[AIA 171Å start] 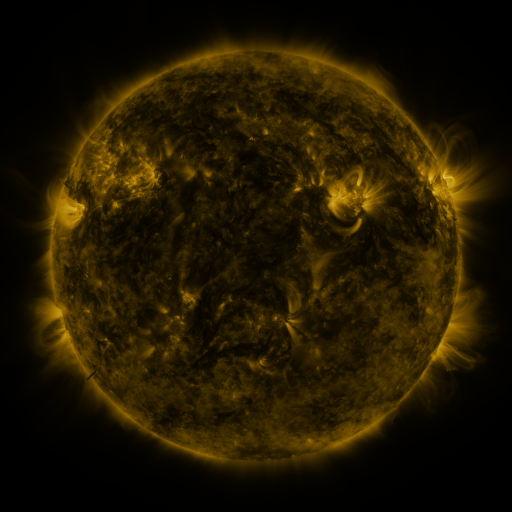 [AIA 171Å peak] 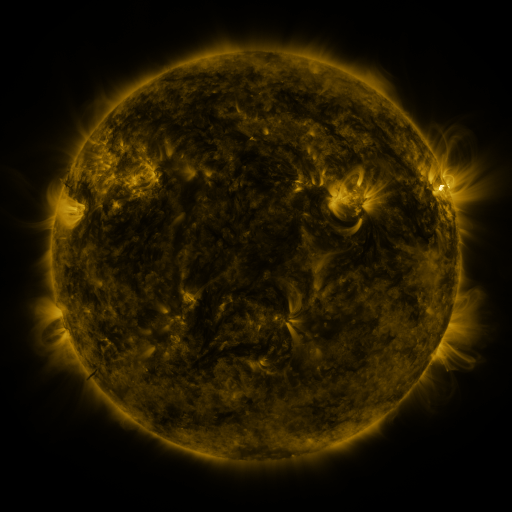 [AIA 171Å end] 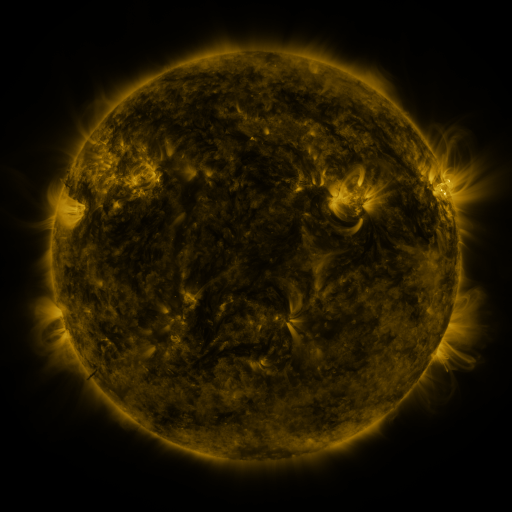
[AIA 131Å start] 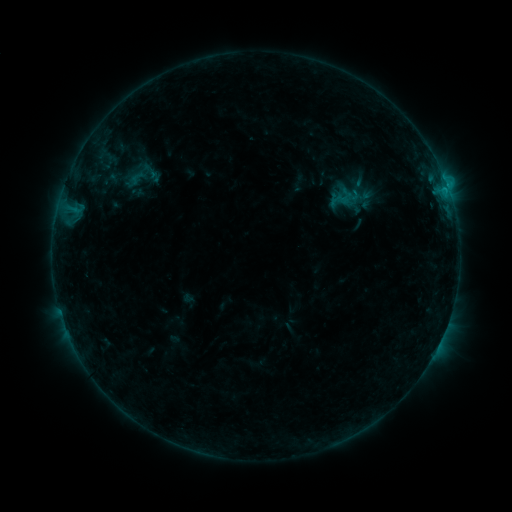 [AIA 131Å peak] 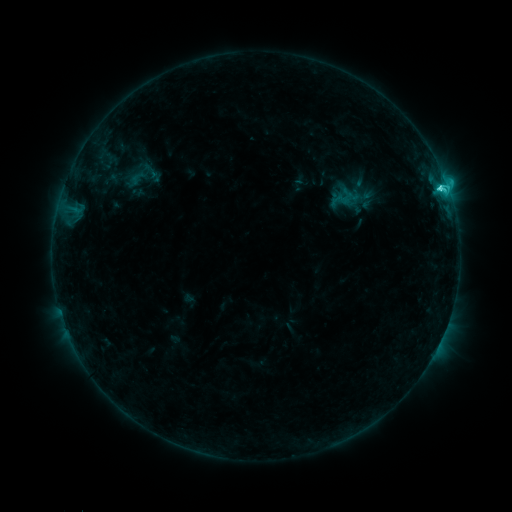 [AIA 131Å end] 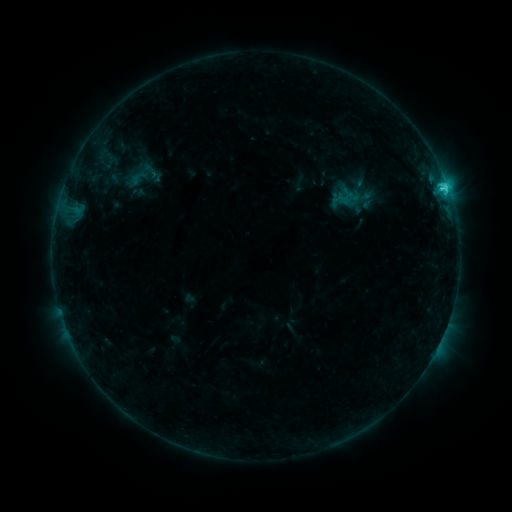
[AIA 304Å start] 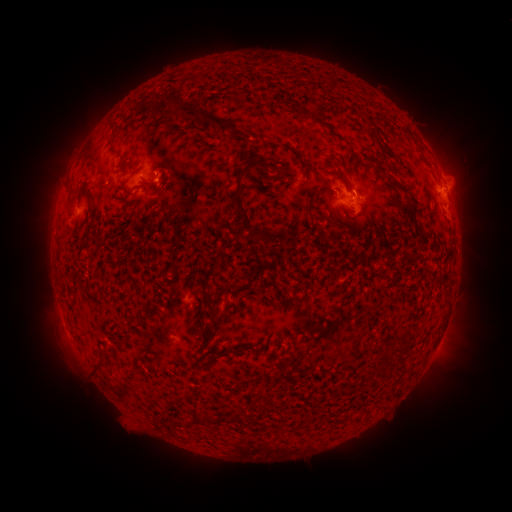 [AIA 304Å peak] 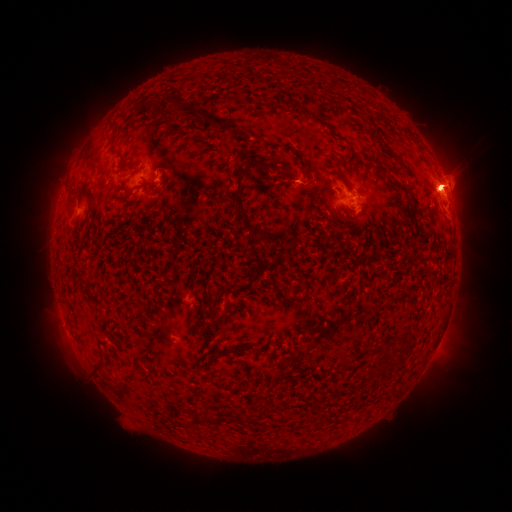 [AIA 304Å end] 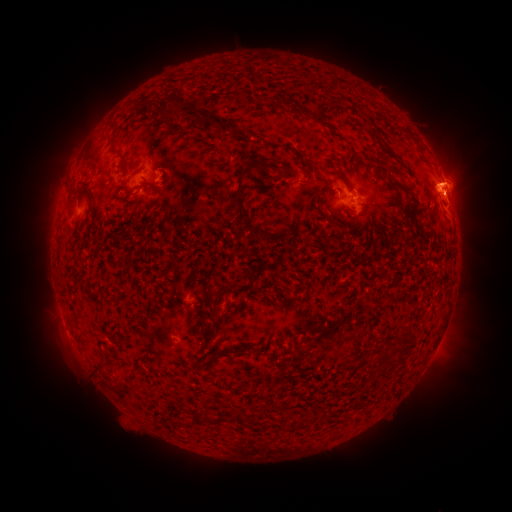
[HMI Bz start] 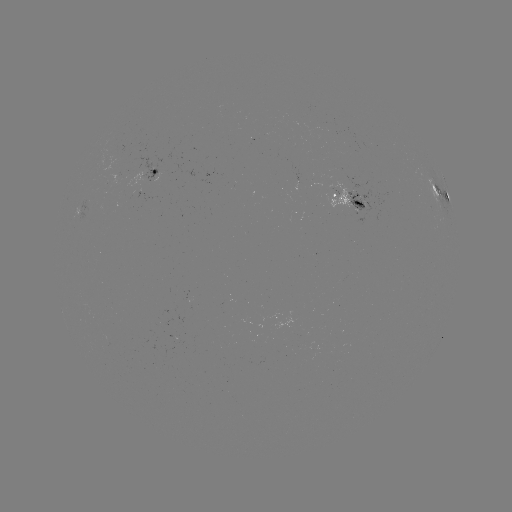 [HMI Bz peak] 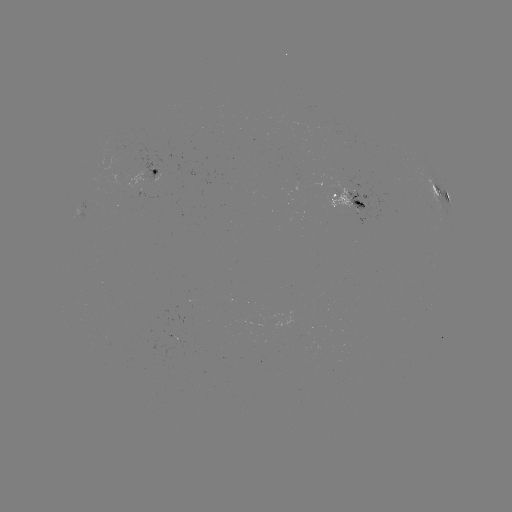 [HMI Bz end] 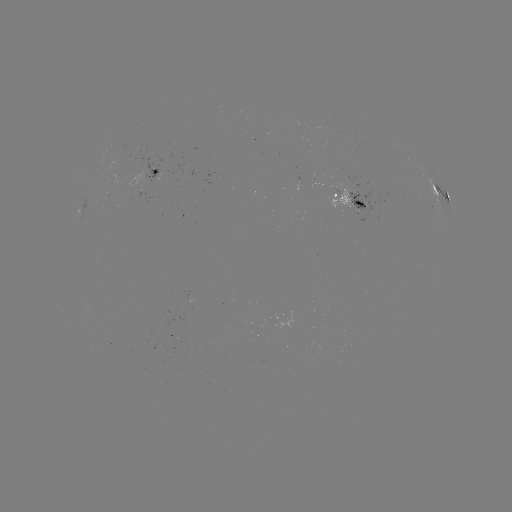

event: flare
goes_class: C3.7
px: (438, 188)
